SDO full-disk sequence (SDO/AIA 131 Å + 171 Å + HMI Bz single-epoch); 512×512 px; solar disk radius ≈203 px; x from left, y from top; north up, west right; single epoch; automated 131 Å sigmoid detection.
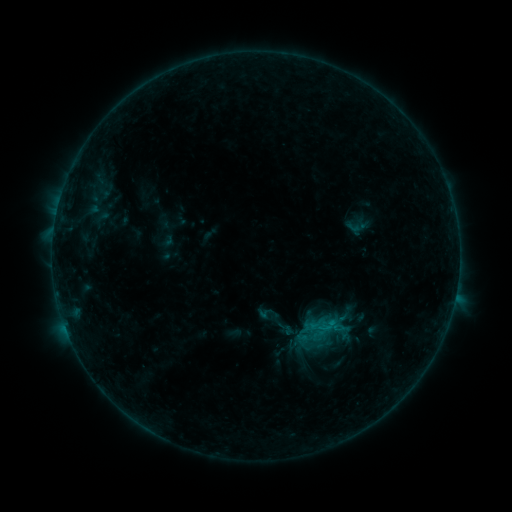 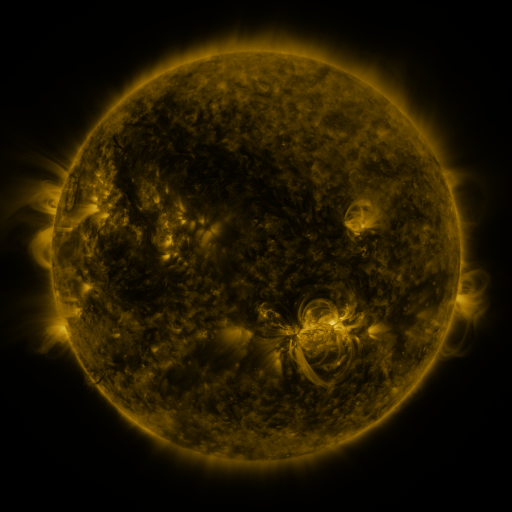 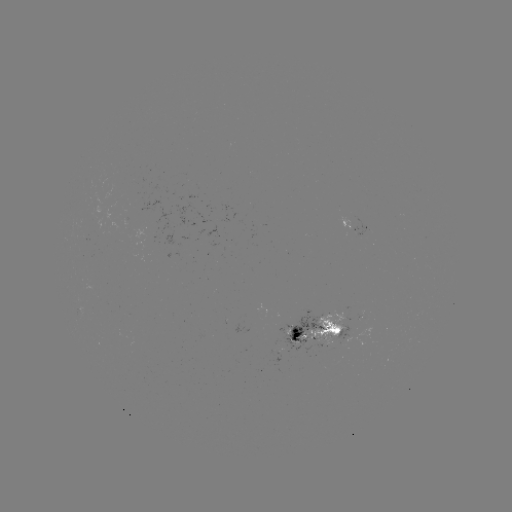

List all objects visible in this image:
sigmoid: (269, 319)
